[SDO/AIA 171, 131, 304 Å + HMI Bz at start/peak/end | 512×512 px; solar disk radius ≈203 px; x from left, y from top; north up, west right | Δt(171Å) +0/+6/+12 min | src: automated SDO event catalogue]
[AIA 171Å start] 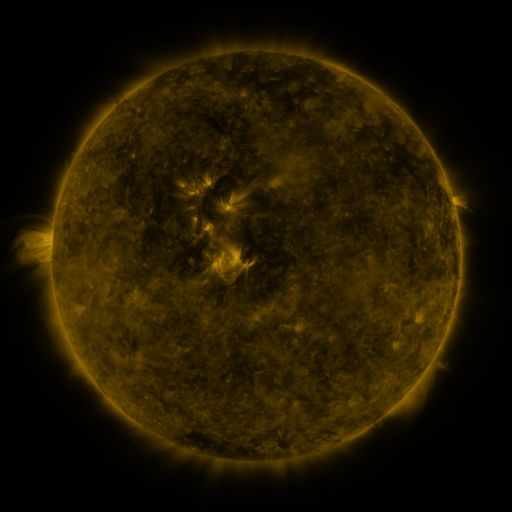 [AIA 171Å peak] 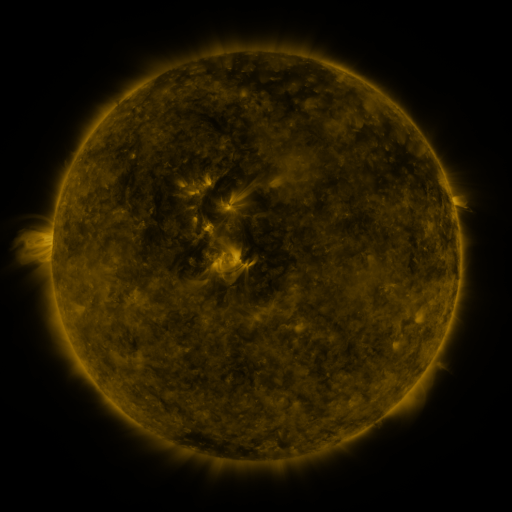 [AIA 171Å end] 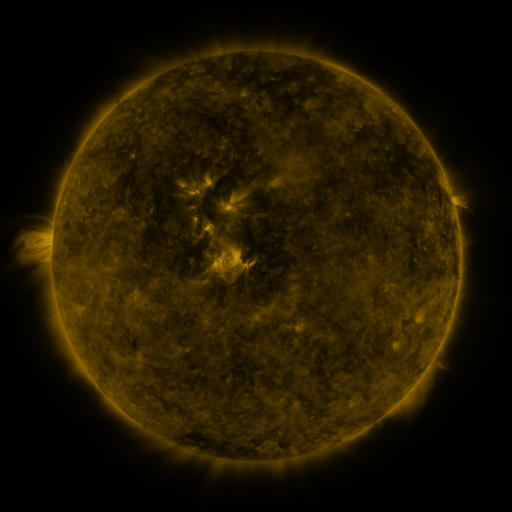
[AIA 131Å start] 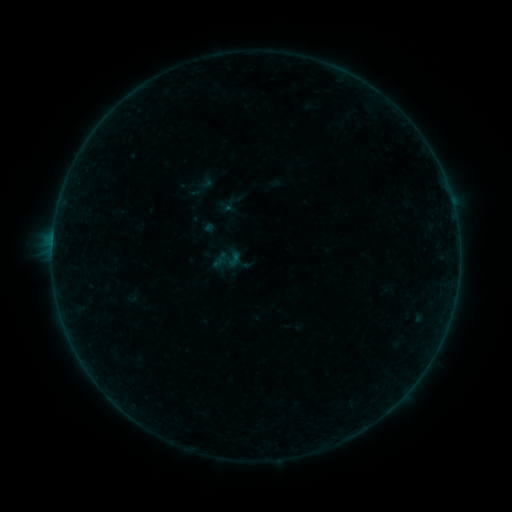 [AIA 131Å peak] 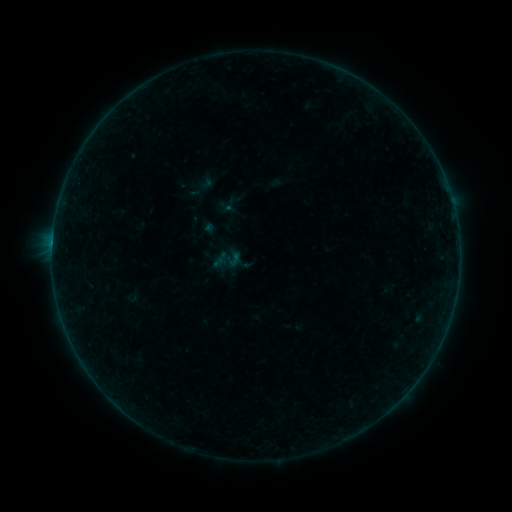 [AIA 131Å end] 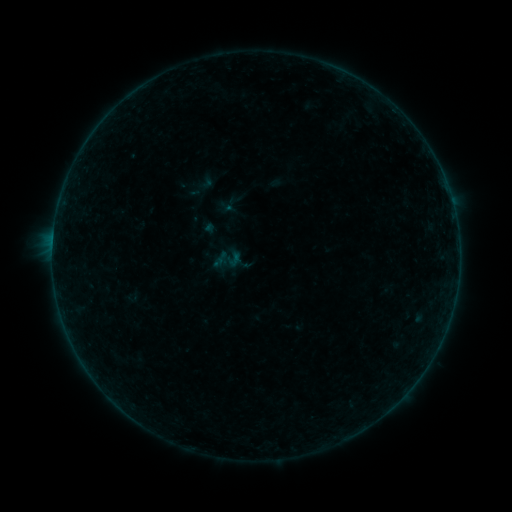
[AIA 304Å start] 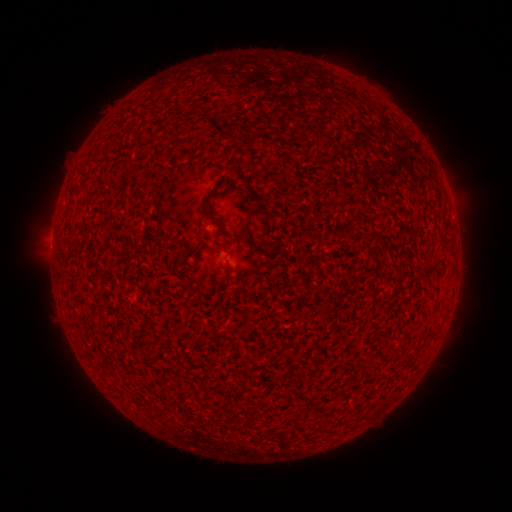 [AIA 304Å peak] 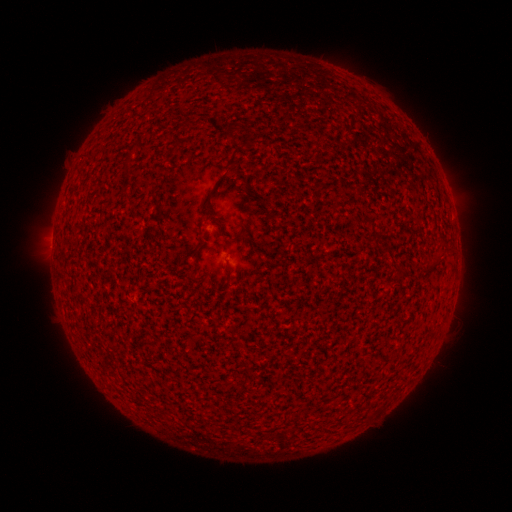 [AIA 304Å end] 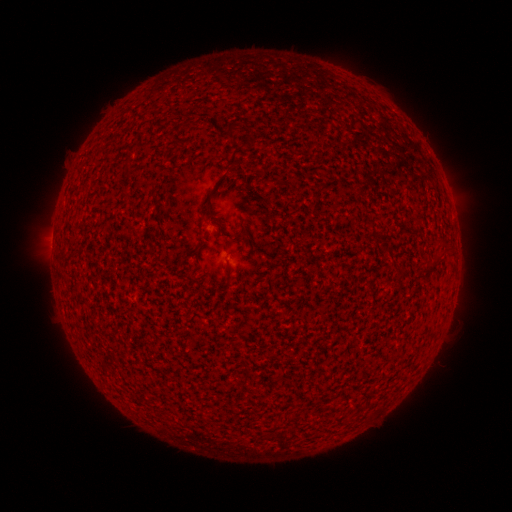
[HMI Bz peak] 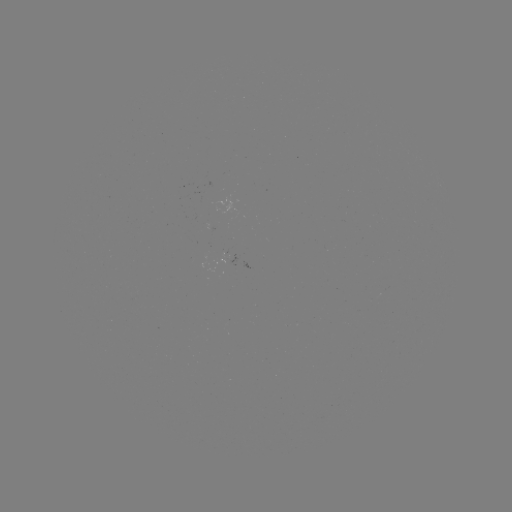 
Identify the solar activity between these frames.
B1.5 flare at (53, 245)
